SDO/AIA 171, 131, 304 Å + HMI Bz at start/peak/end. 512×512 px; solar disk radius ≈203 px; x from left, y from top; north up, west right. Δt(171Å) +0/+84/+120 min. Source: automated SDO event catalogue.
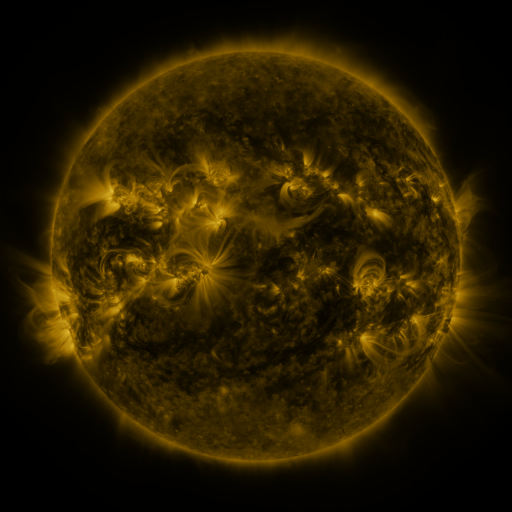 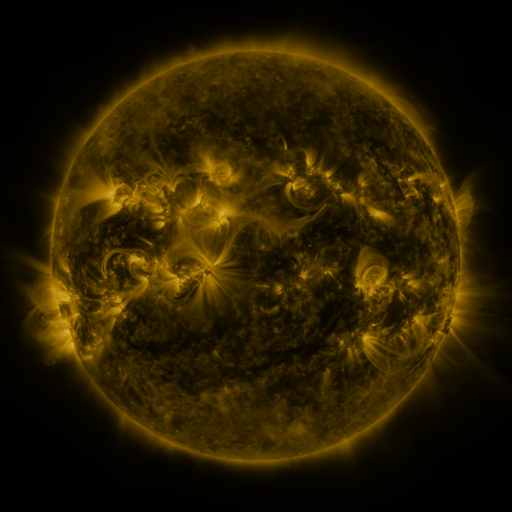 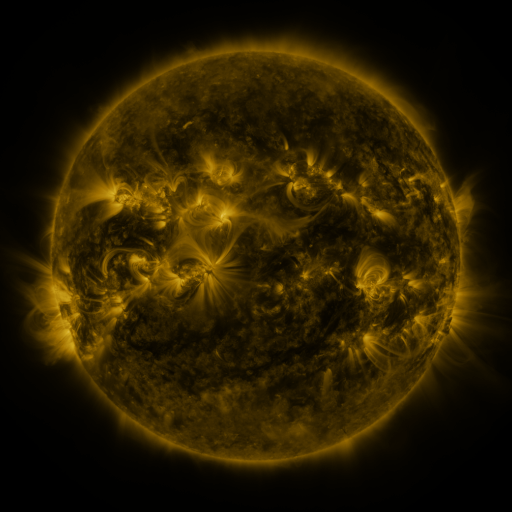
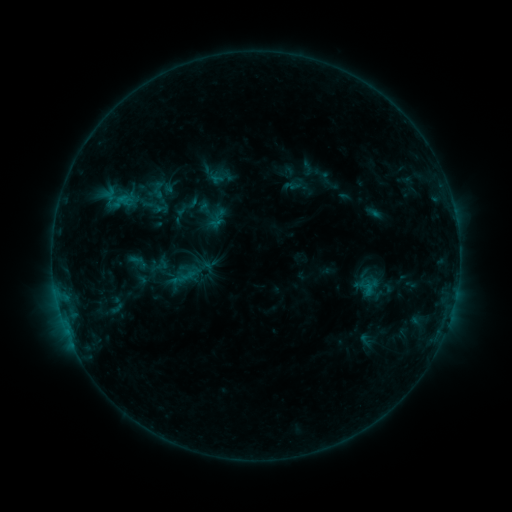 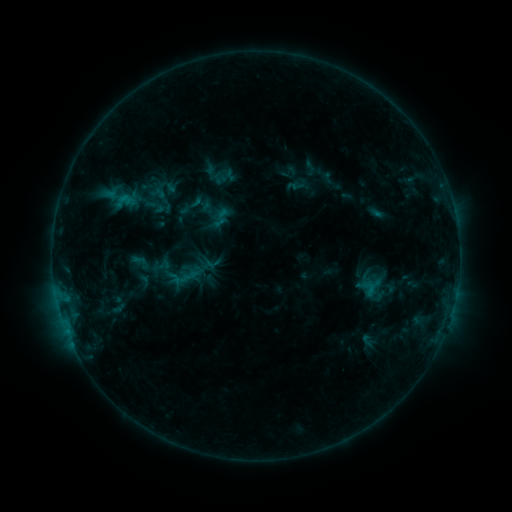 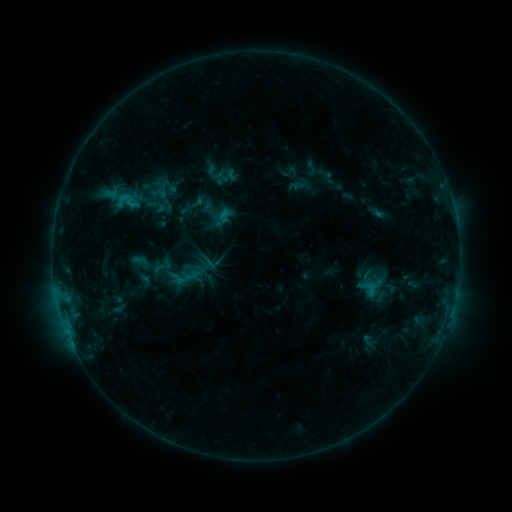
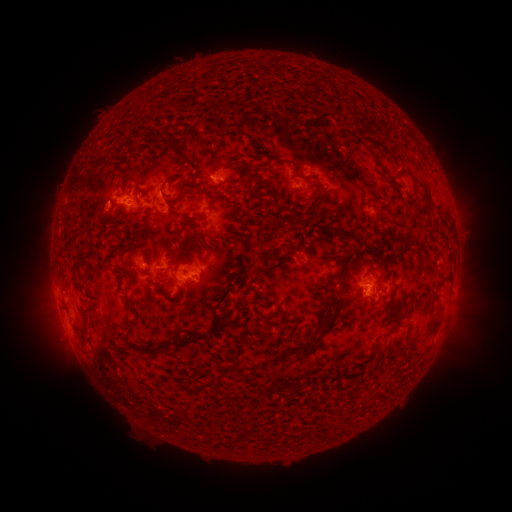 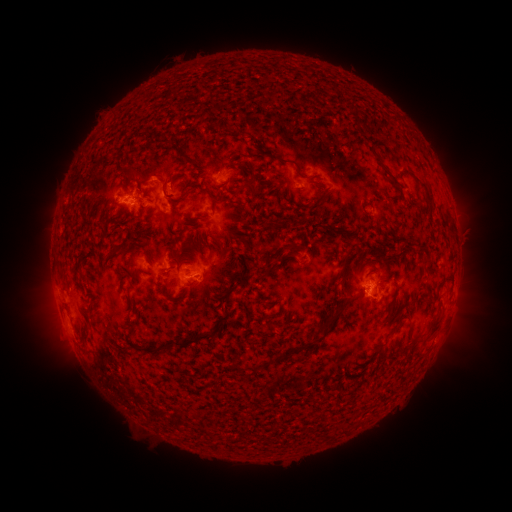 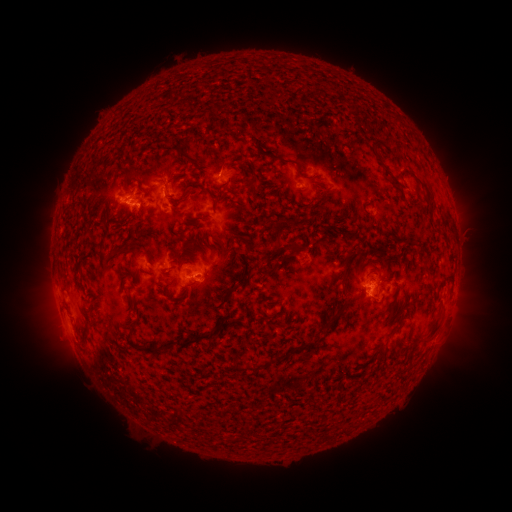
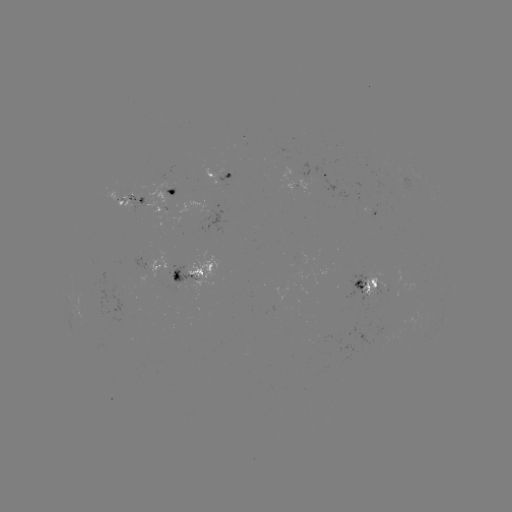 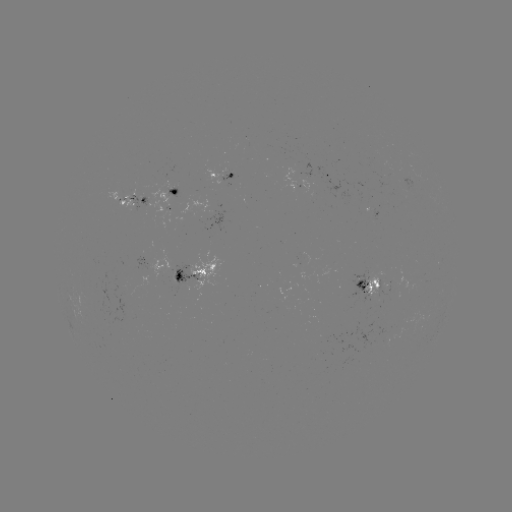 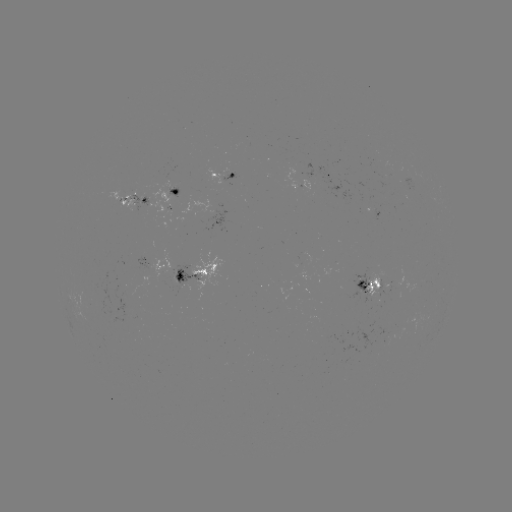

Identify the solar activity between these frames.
emerging-flux region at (384, 285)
